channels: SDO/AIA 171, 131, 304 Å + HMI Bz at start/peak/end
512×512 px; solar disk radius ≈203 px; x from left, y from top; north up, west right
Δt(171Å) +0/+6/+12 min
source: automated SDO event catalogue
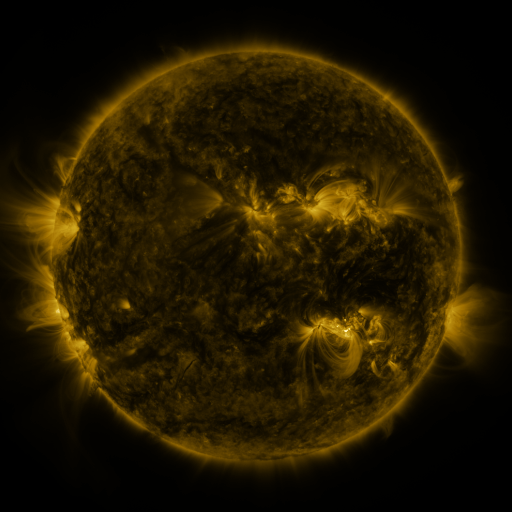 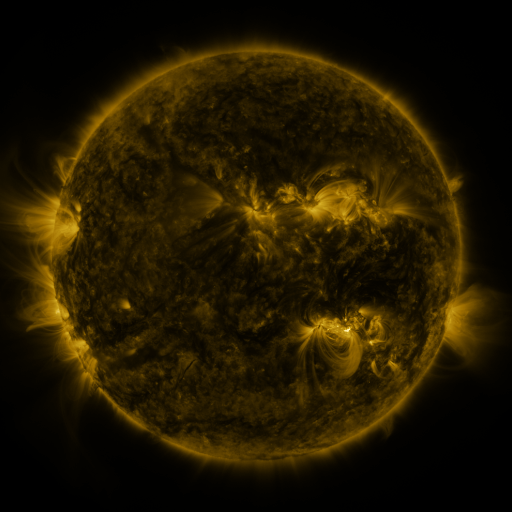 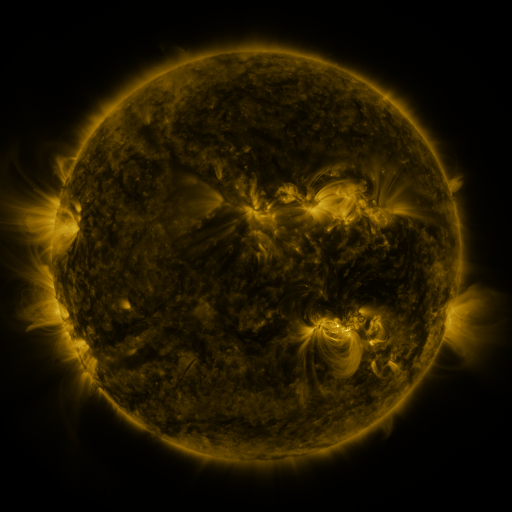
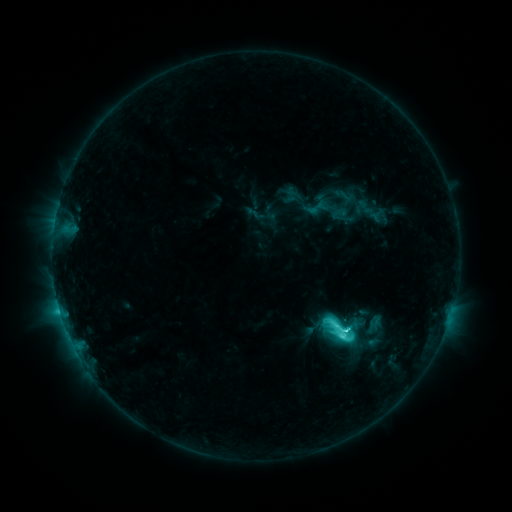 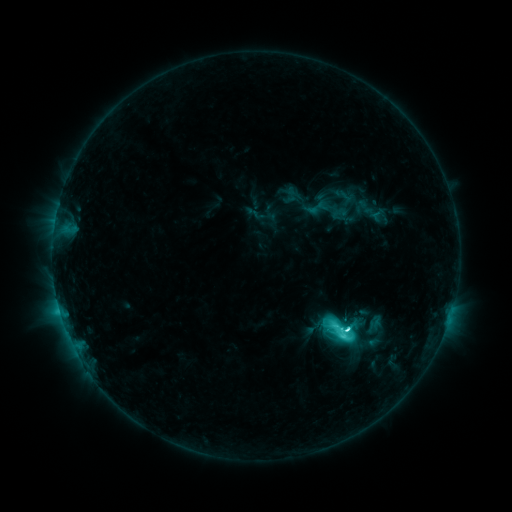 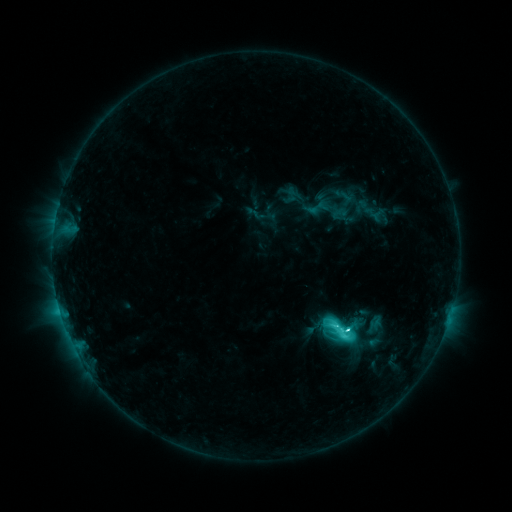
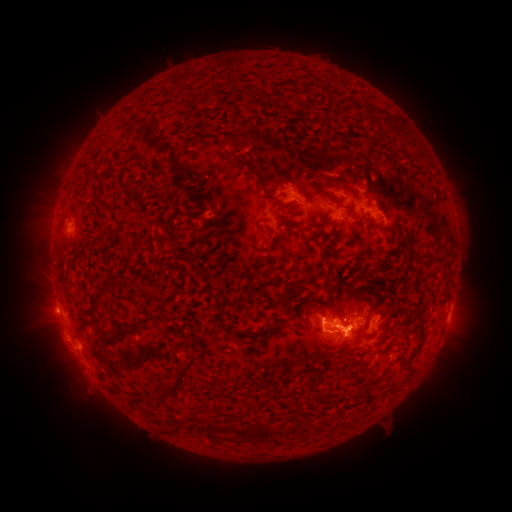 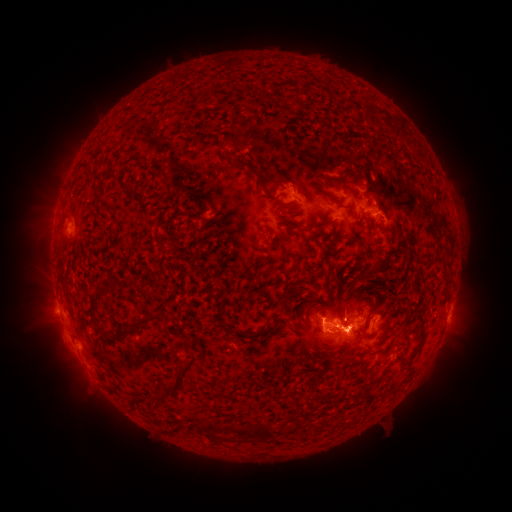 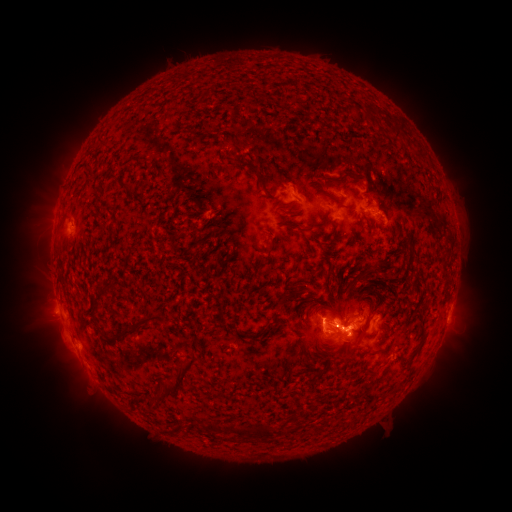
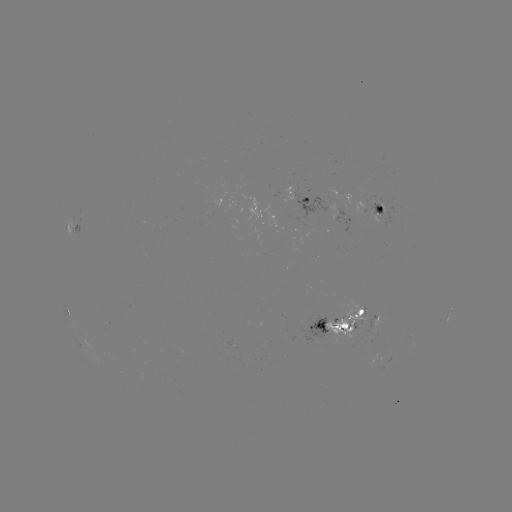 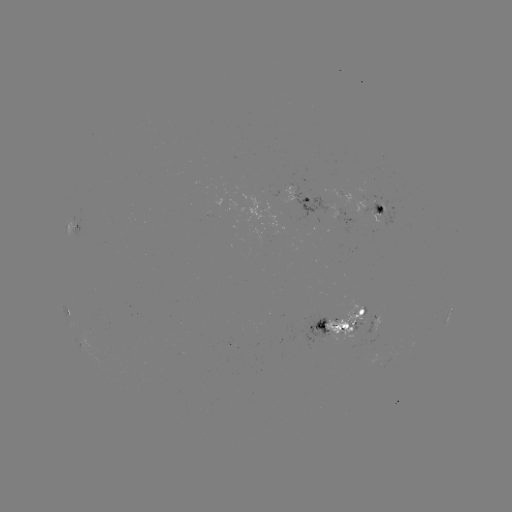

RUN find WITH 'eruption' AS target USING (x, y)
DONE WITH (46, 222) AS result